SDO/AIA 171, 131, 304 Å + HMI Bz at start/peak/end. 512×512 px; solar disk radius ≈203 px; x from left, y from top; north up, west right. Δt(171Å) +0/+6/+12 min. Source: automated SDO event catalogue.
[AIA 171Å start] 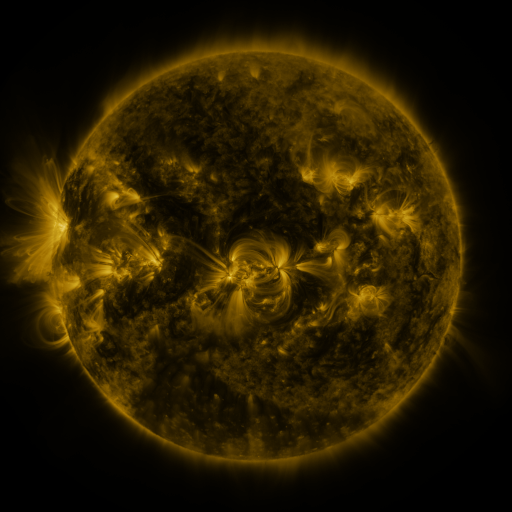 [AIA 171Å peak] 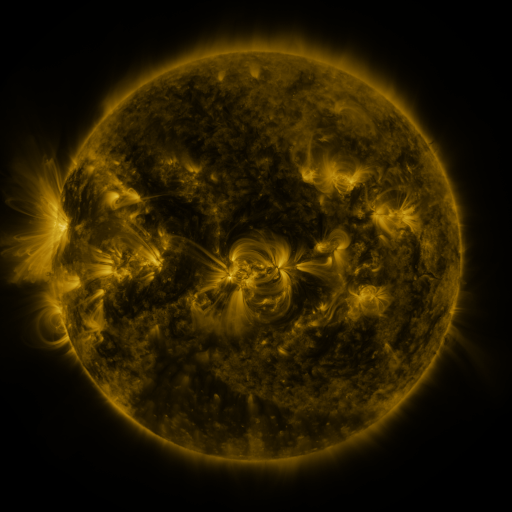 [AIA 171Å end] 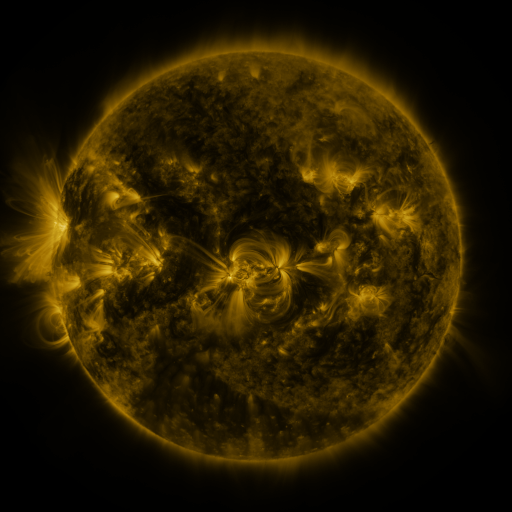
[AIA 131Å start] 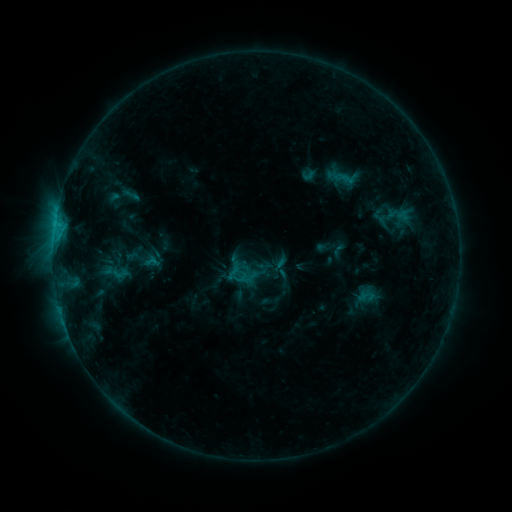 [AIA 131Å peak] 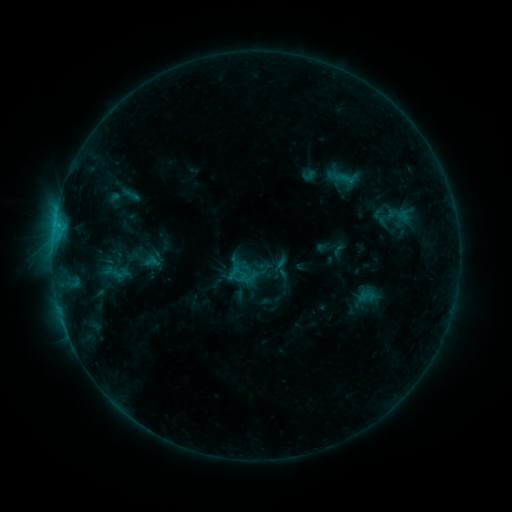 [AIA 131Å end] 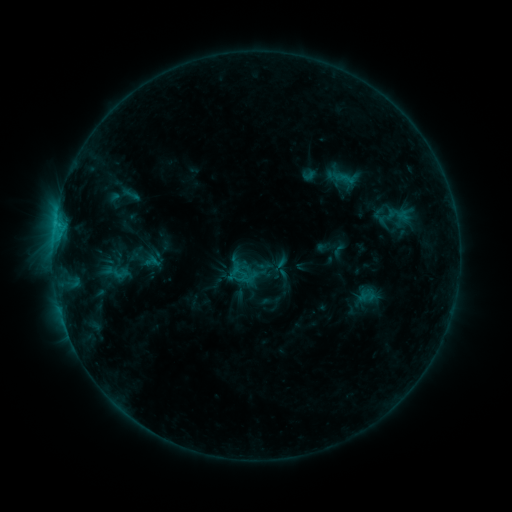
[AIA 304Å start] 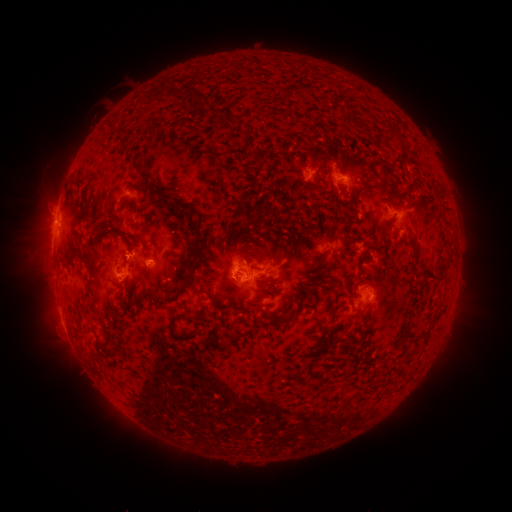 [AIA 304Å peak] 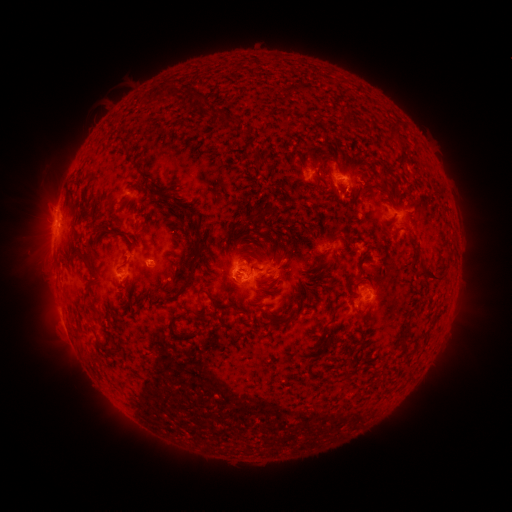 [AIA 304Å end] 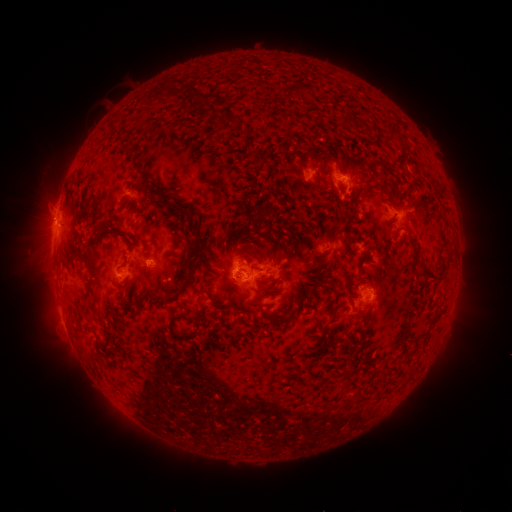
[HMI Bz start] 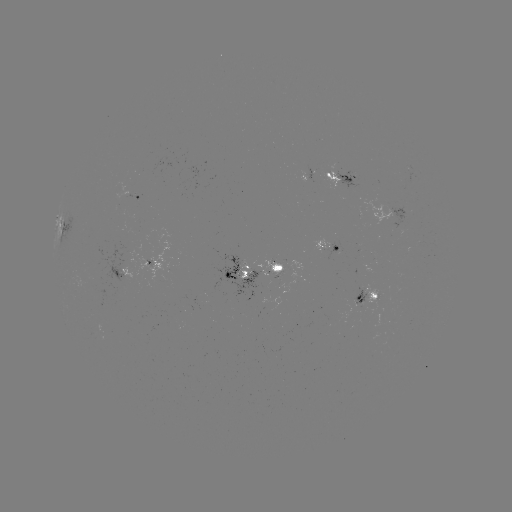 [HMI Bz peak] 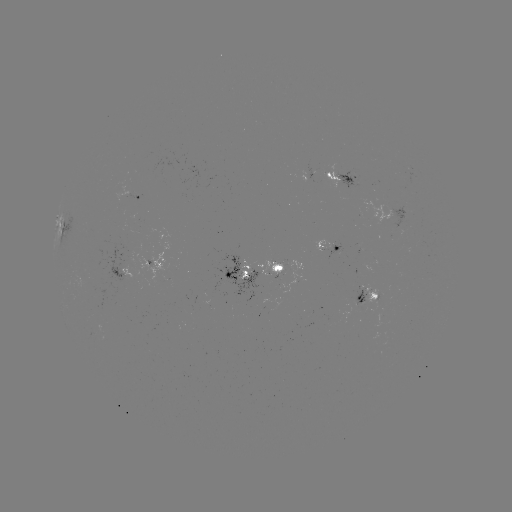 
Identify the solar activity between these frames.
nothing was catalogued: no classed flare, no EUV trigger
